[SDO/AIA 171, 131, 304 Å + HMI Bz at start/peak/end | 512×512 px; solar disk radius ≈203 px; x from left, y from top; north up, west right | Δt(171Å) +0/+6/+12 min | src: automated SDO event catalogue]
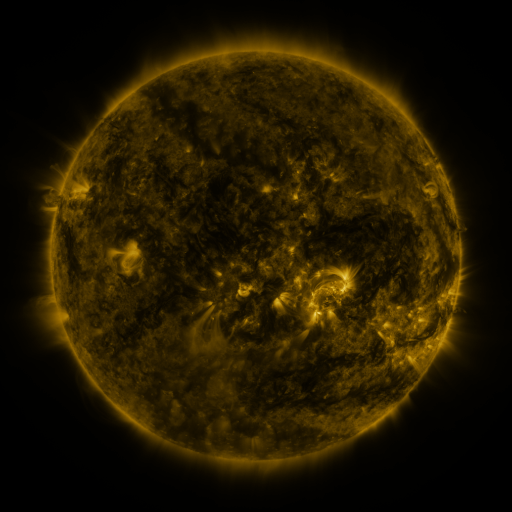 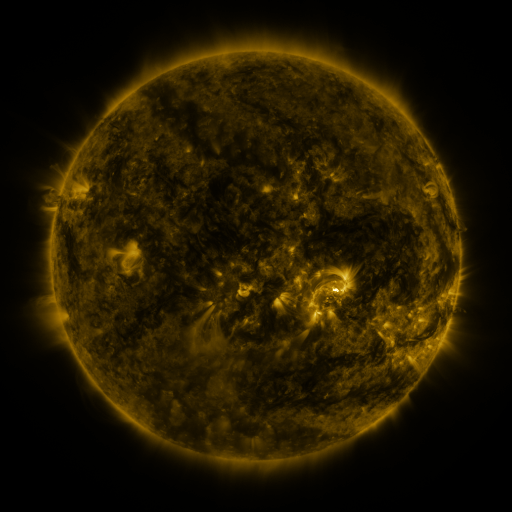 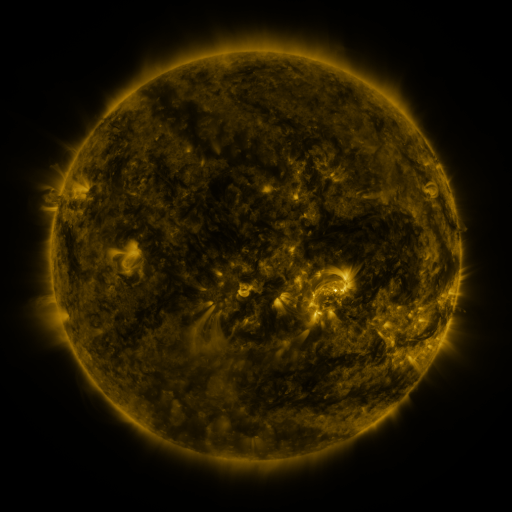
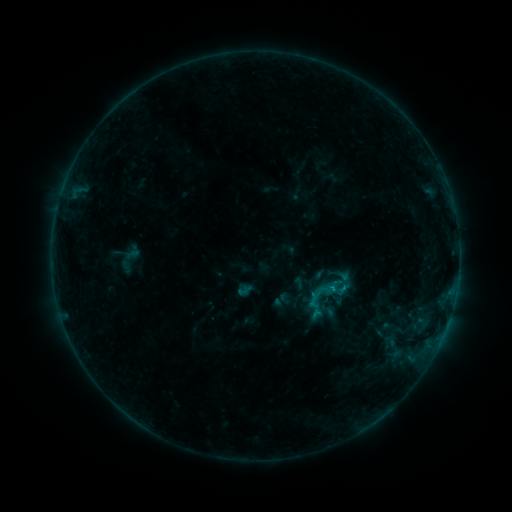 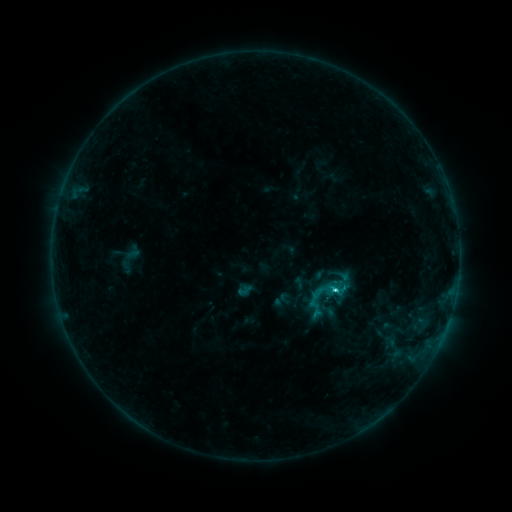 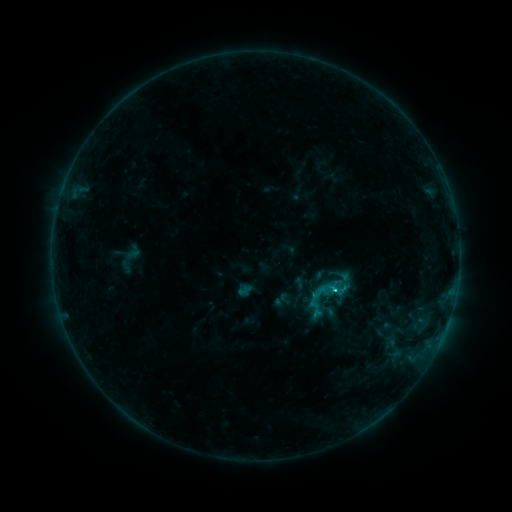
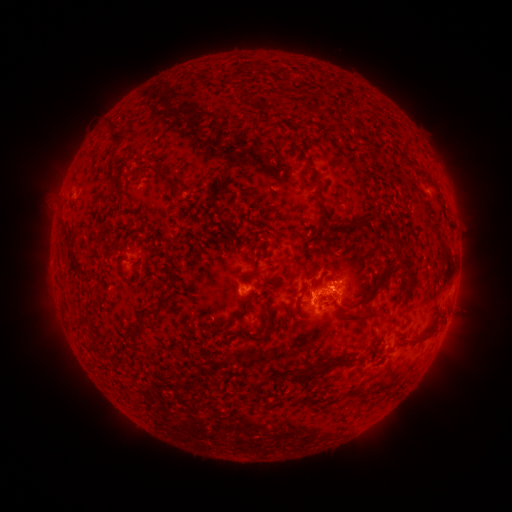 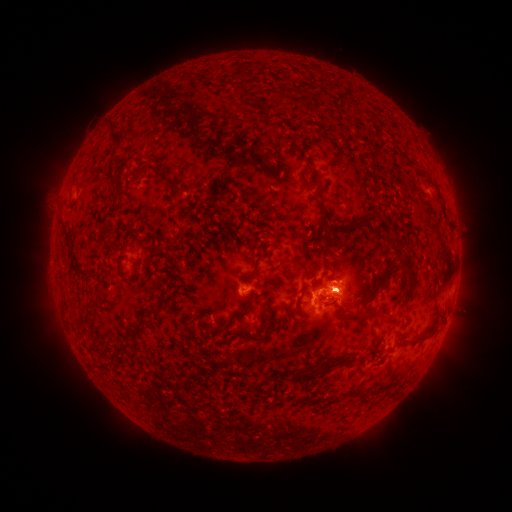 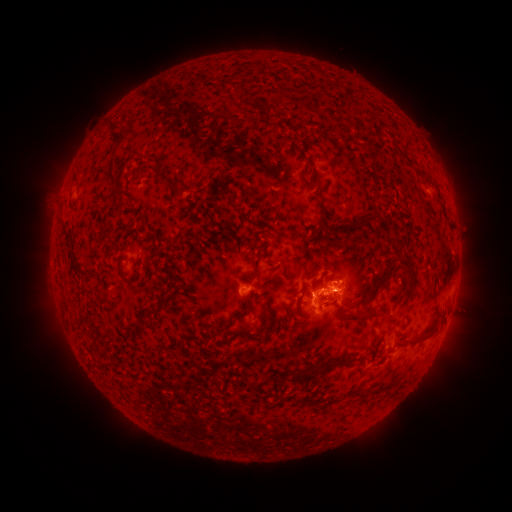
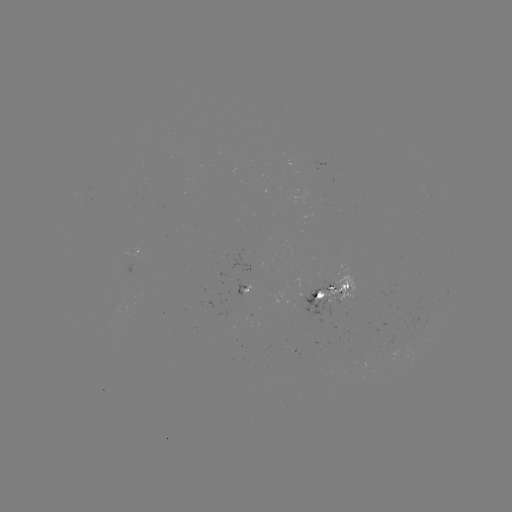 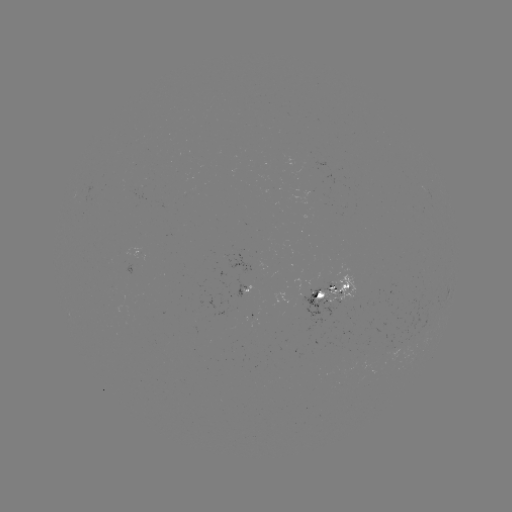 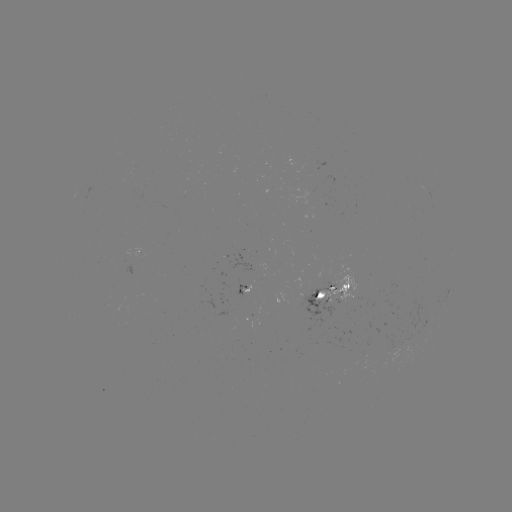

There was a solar flare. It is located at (332, 289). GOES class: C1.6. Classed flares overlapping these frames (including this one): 1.